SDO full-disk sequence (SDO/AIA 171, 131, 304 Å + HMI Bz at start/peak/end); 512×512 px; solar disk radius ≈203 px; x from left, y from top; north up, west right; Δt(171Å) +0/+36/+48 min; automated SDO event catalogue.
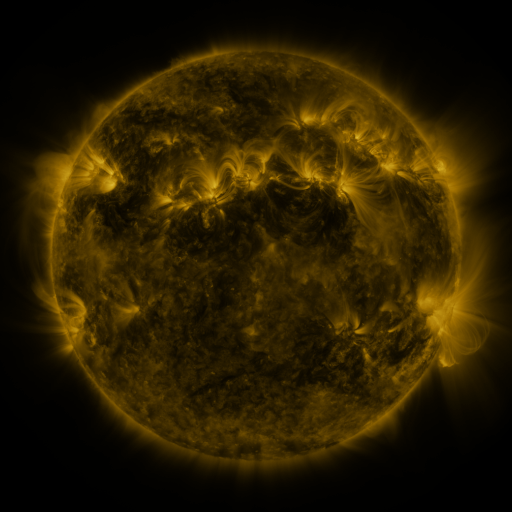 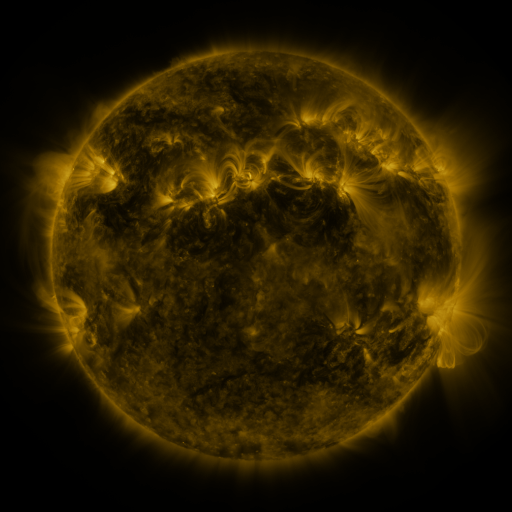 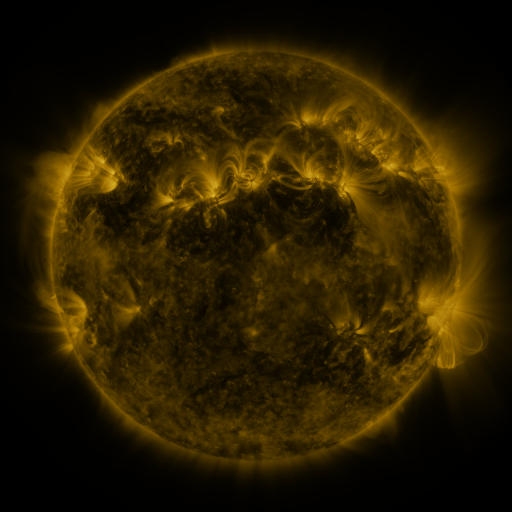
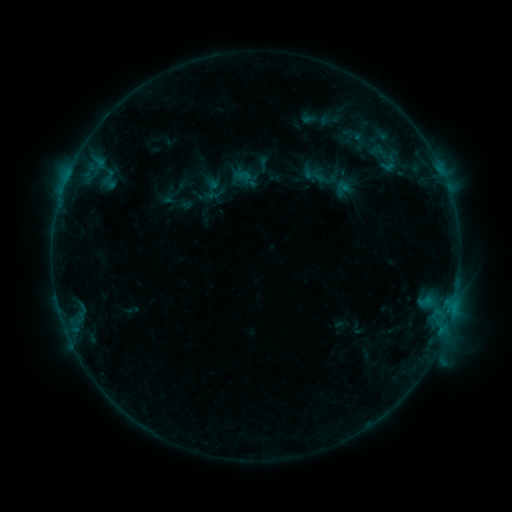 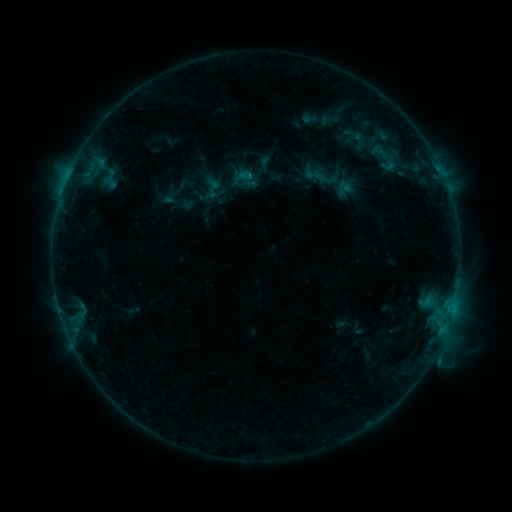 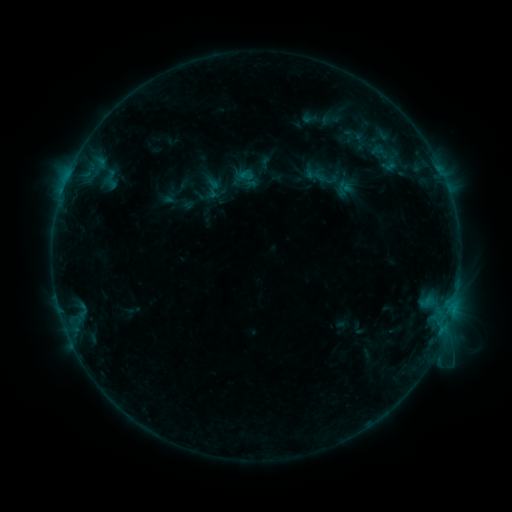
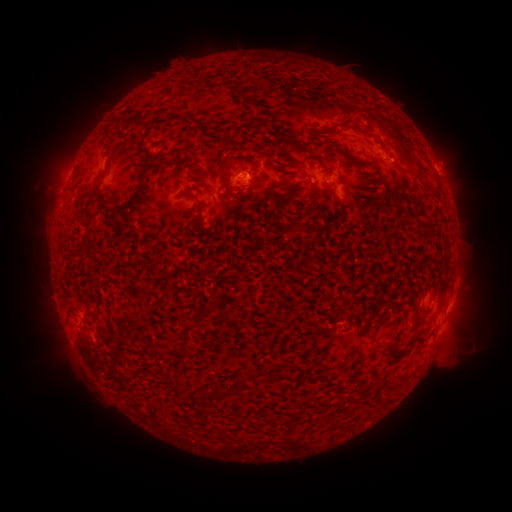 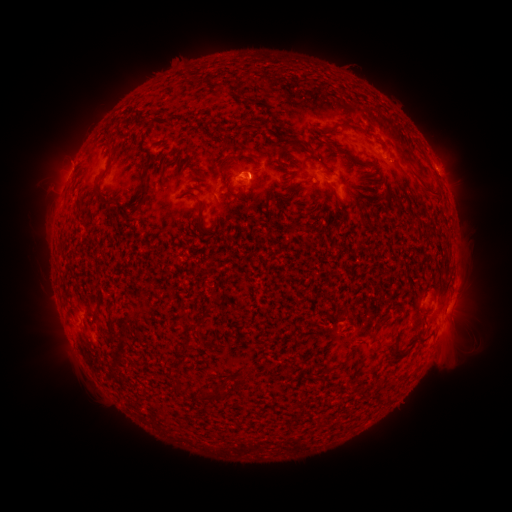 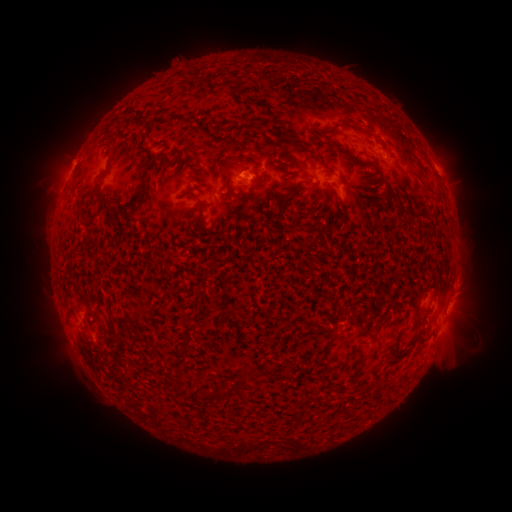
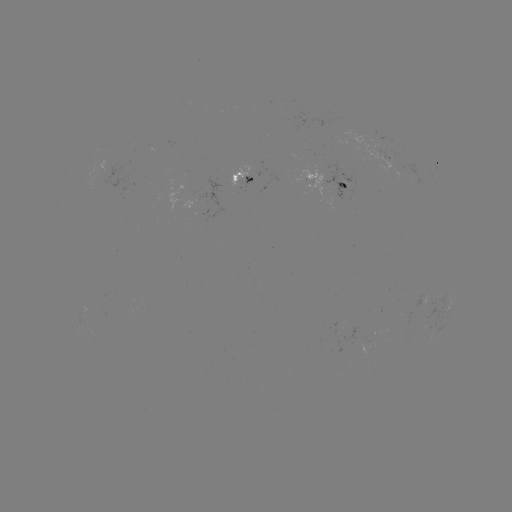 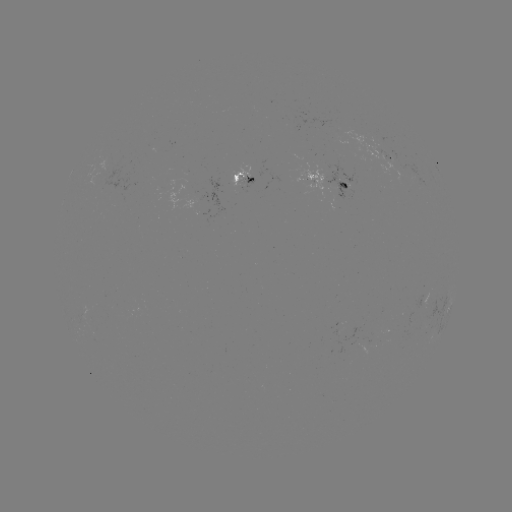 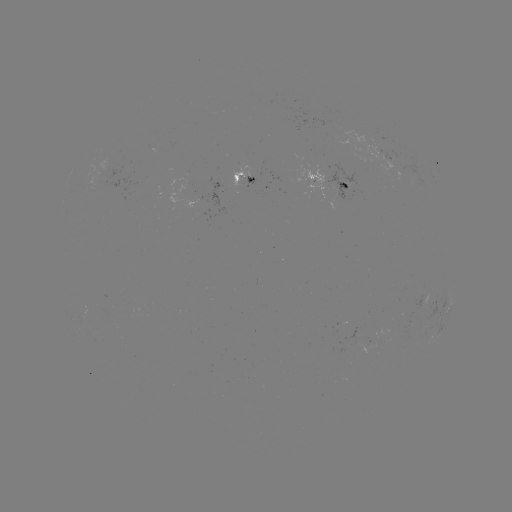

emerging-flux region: [245, 174, 254, 187]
